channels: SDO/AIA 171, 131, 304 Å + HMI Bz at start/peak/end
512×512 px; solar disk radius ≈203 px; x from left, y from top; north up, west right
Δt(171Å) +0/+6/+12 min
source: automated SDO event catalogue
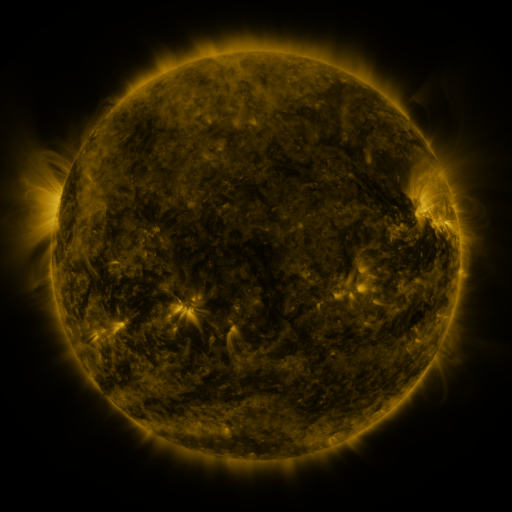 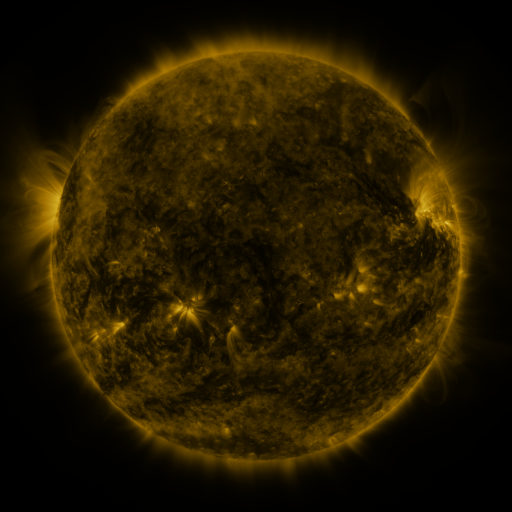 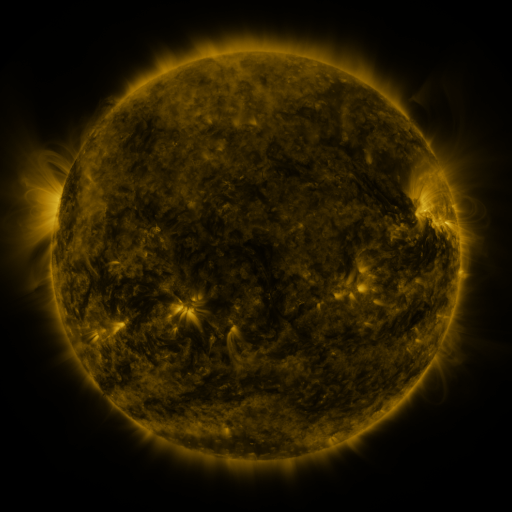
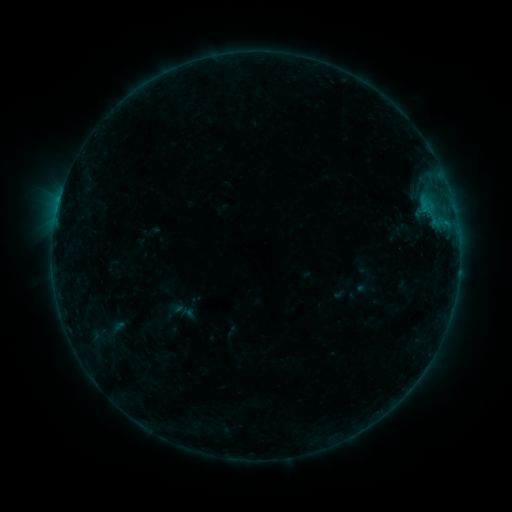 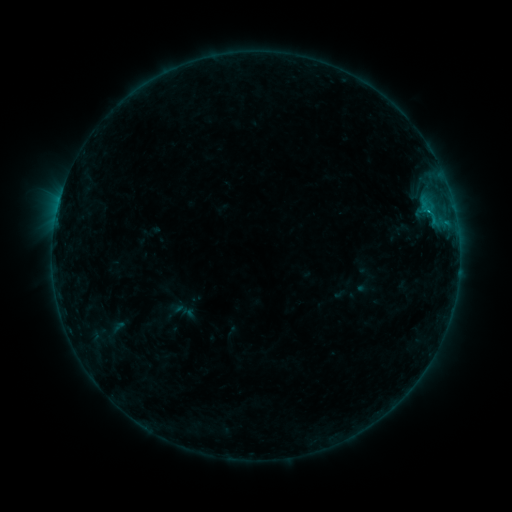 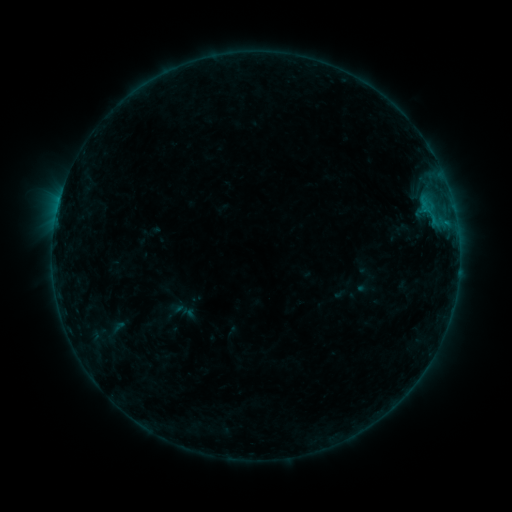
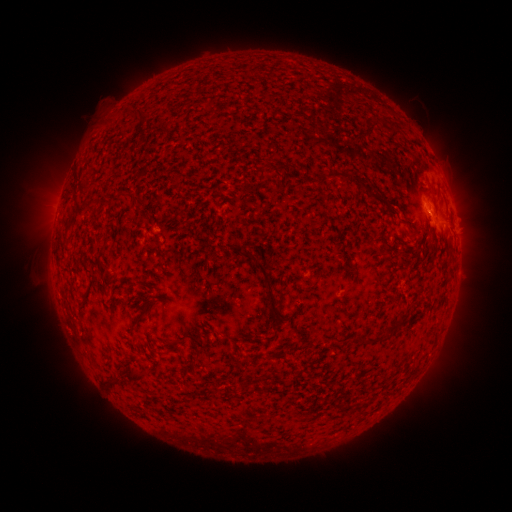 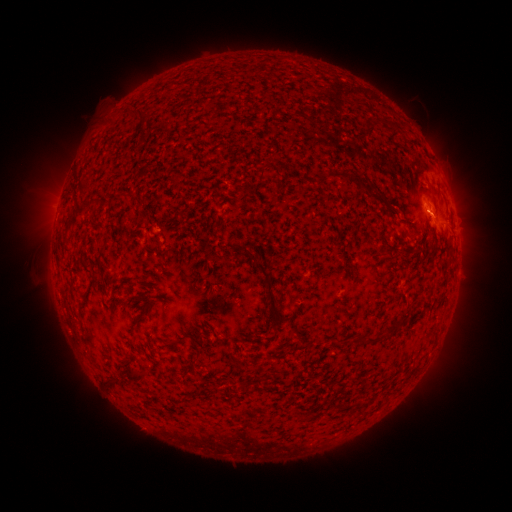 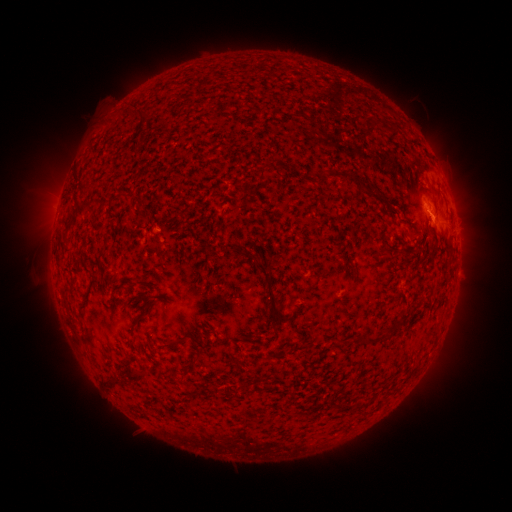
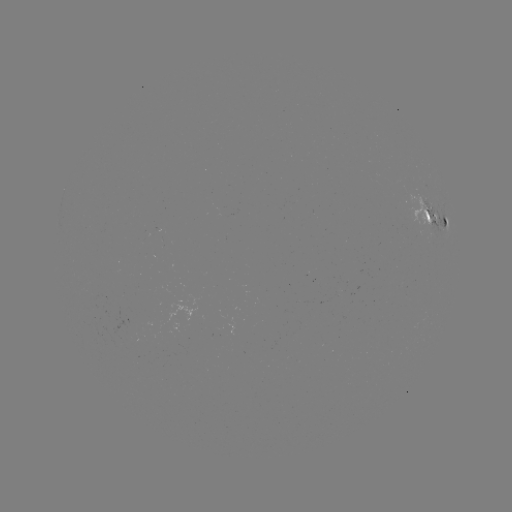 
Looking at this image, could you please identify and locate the B5.3 flare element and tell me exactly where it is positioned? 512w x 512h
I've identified B5.3 flare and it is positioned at [430, 217].